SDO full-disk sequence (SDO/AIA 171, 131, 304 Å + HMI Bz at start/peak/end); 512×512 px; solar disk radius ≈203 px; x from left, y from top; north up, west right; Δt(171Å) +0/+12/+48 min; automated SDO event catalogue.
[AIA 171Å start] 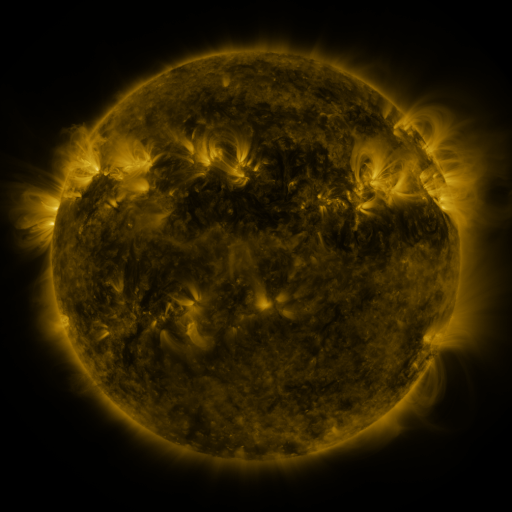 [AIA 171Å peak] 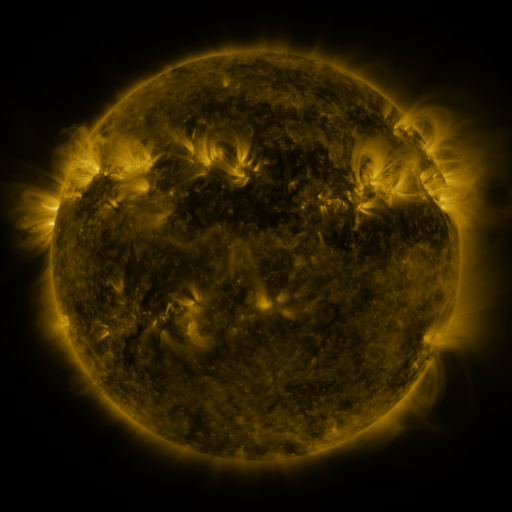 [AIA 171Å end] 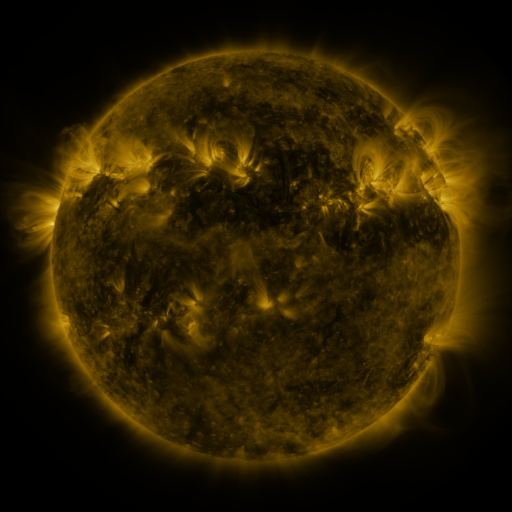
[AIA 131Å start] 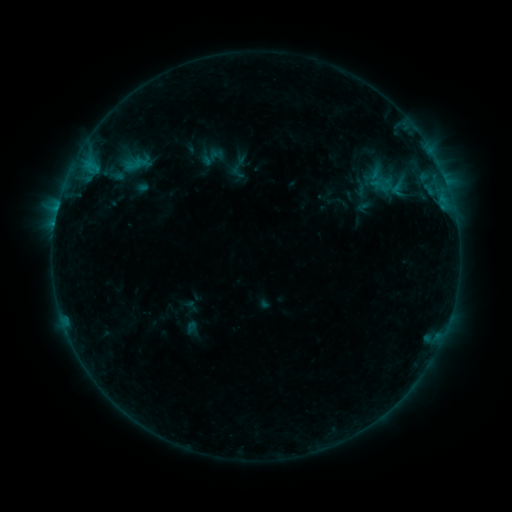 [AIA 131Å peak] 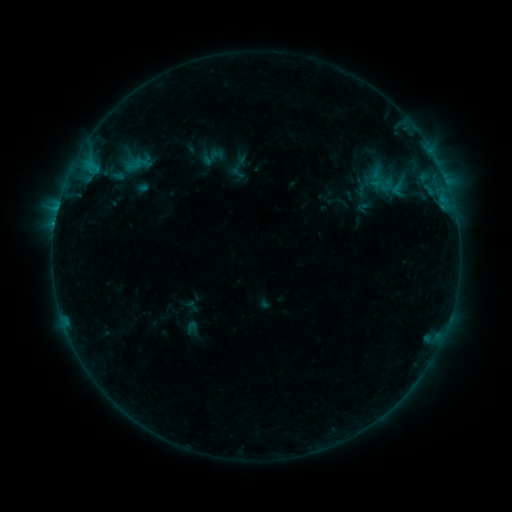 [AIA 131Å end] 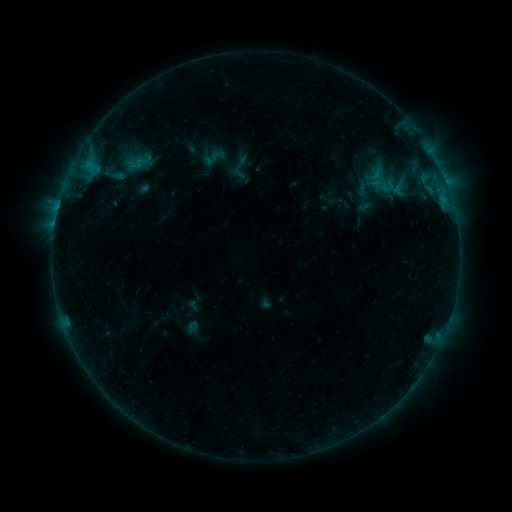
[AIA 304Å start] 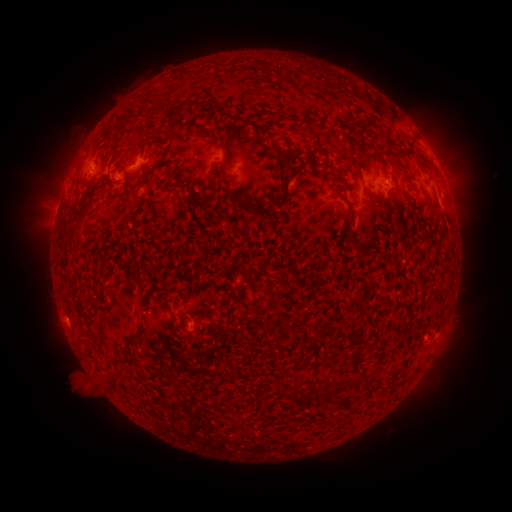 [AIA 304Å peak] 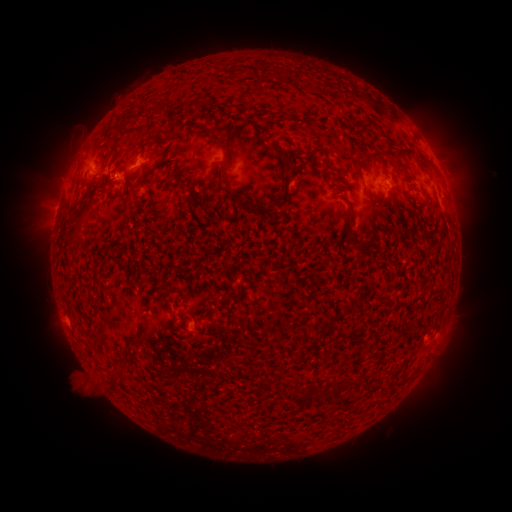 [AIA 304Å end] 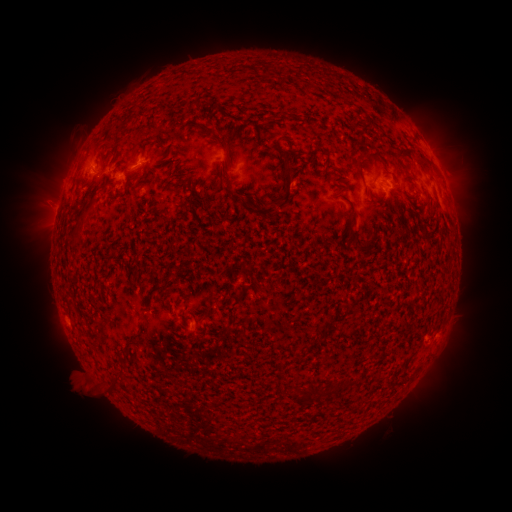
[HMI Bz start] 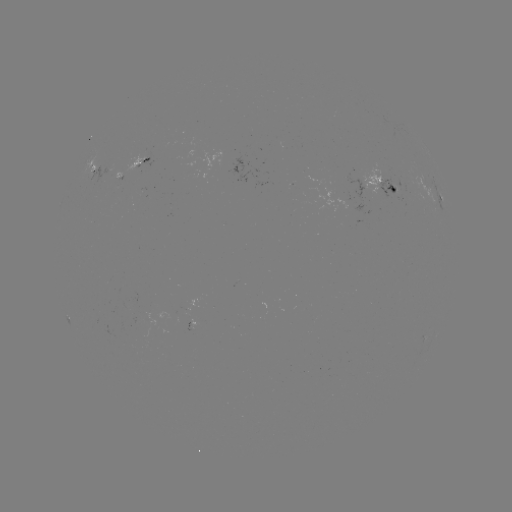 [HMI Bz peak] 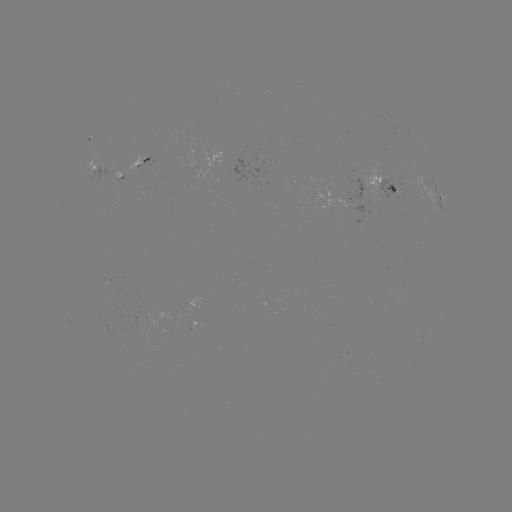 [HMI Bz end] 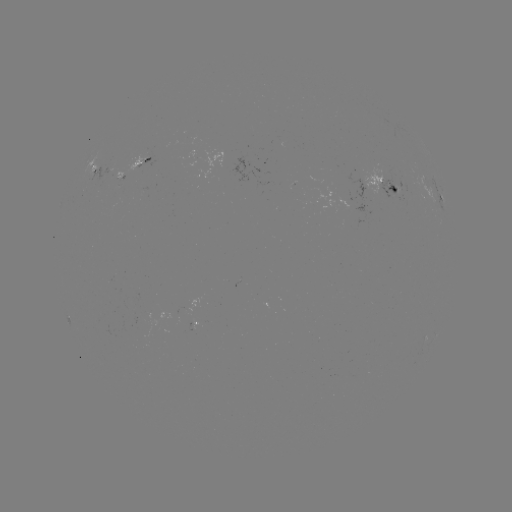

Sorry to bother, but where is emerging-flux region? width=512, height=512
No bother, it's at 391,187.